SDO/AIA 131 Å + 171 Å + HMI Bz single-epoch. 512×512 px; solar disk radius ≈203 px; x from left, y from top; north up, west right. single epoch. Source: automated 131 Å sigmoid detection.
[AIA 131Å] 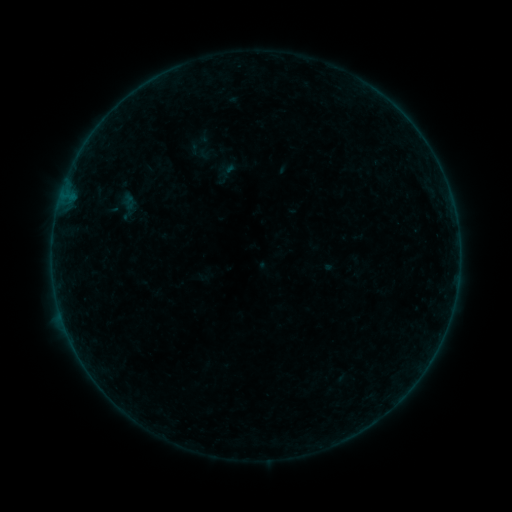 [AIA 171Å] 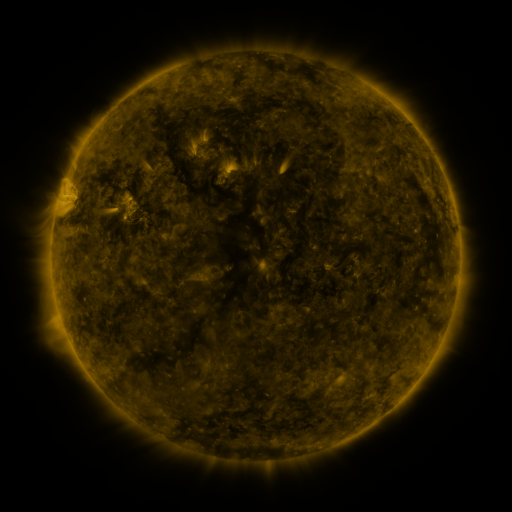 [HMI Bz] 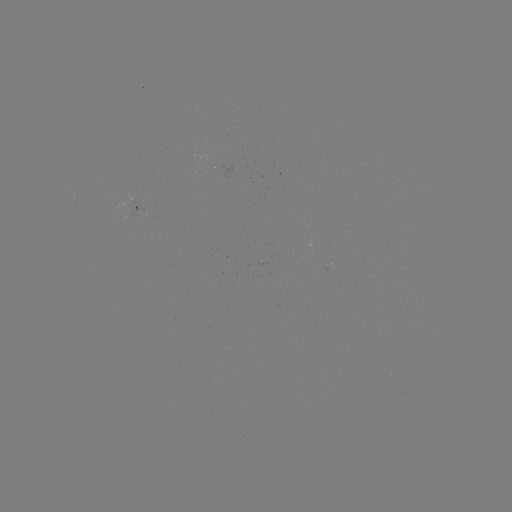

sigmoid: <bbox>212, 160, 238, 186</bbox>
